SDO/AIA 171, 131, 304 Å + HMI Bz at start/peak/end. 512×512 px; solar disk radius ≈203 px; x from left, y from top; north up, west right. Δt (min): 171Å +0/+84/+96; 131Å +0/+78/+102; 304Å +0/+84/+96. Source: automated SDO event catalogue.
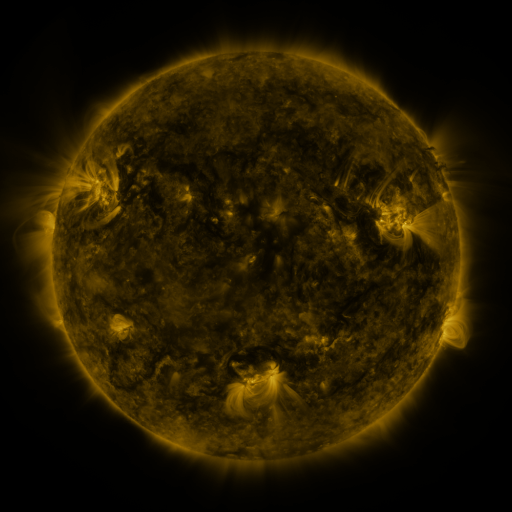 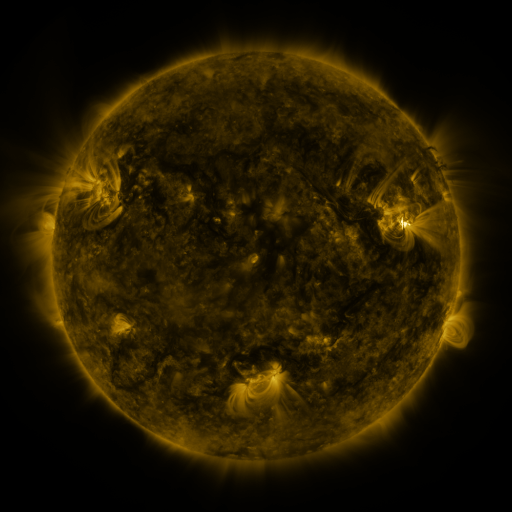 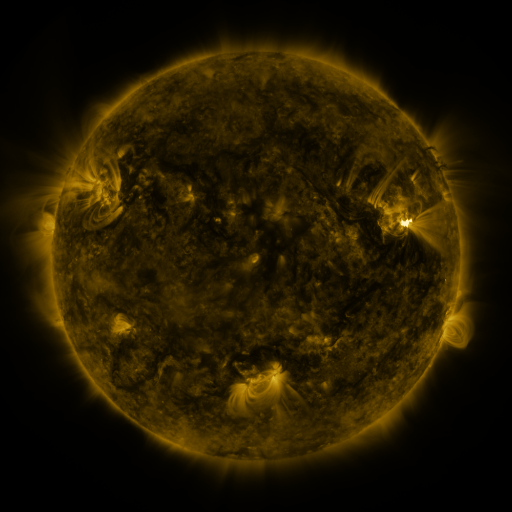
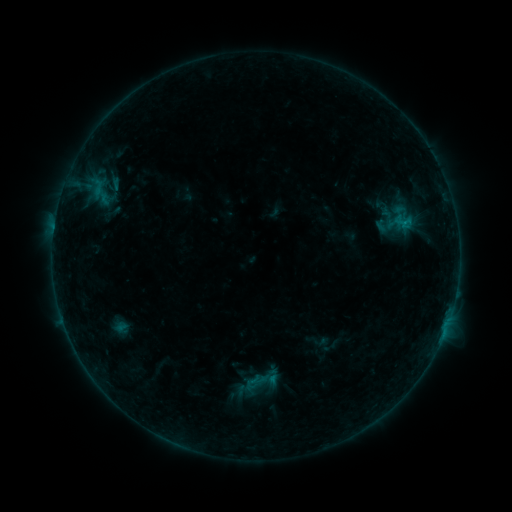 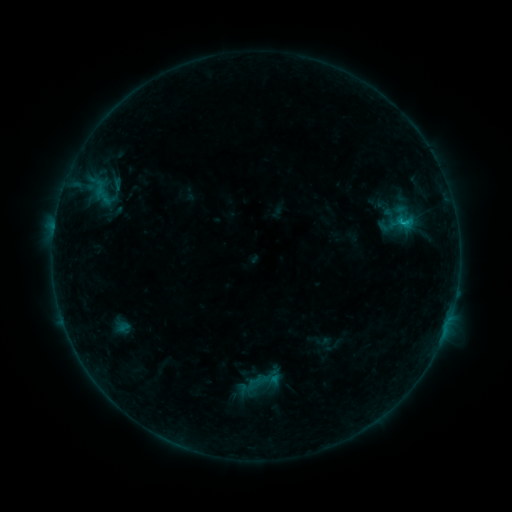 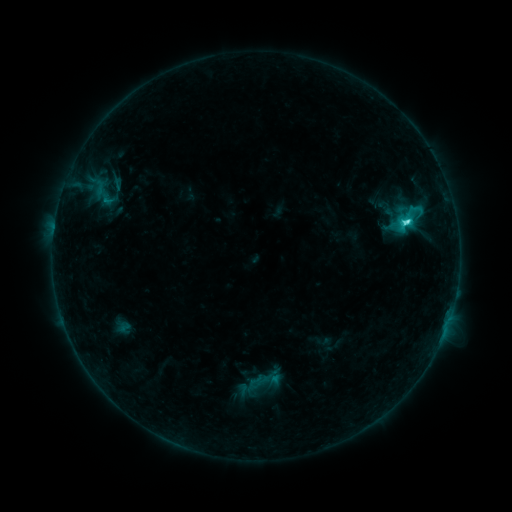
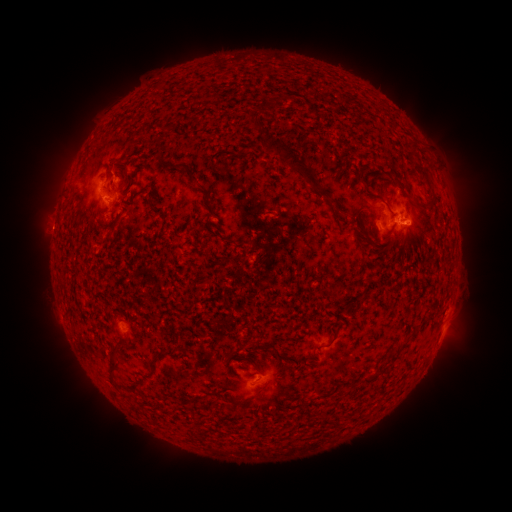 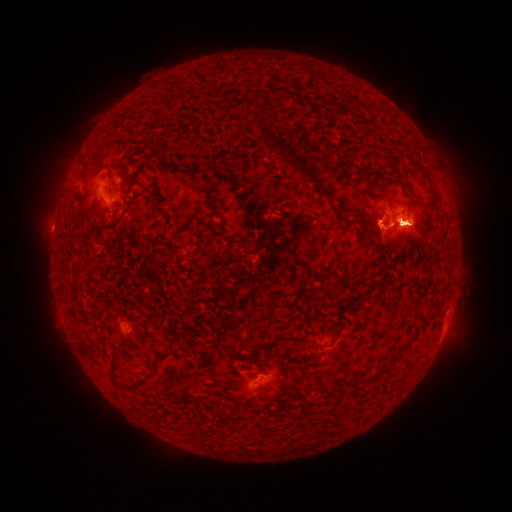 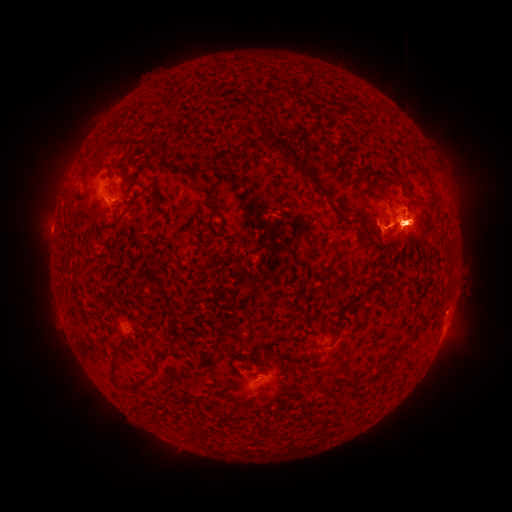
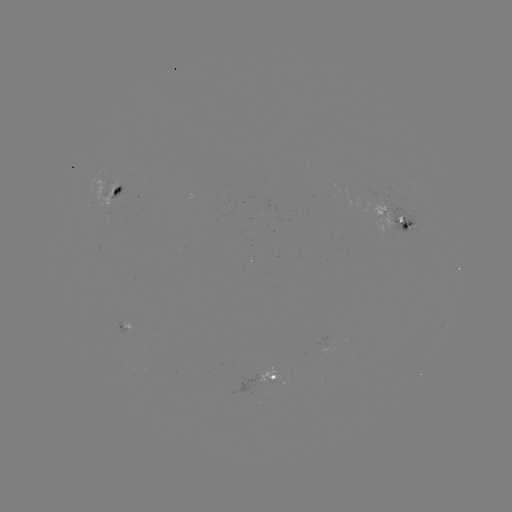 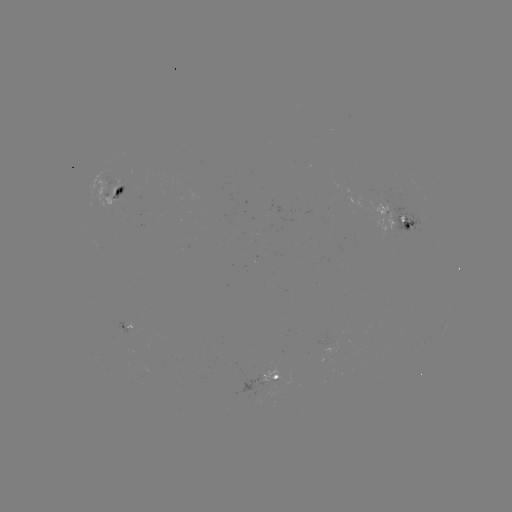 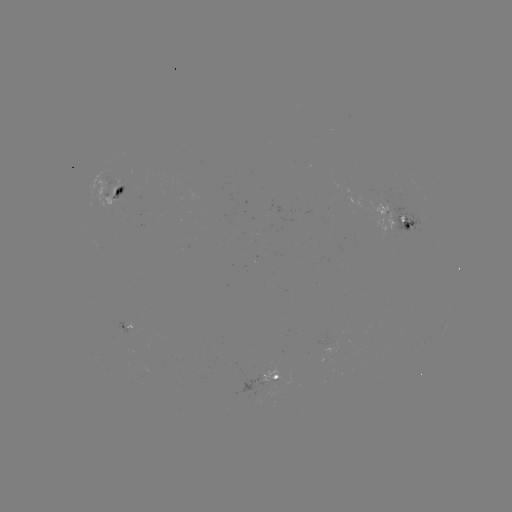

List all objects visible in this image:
emerging-flux region: (105, 193)
